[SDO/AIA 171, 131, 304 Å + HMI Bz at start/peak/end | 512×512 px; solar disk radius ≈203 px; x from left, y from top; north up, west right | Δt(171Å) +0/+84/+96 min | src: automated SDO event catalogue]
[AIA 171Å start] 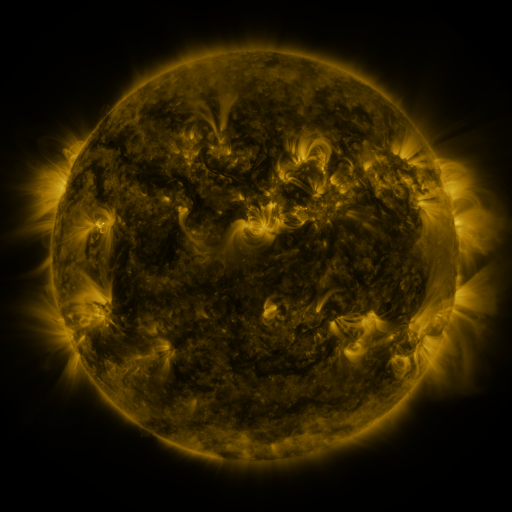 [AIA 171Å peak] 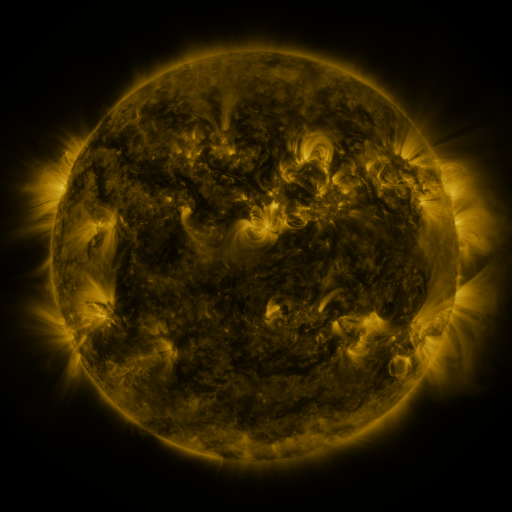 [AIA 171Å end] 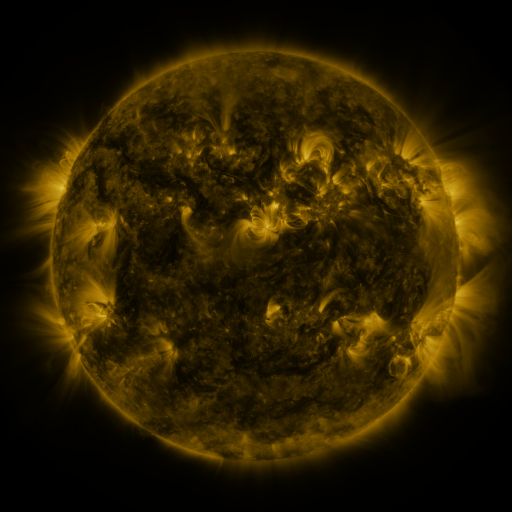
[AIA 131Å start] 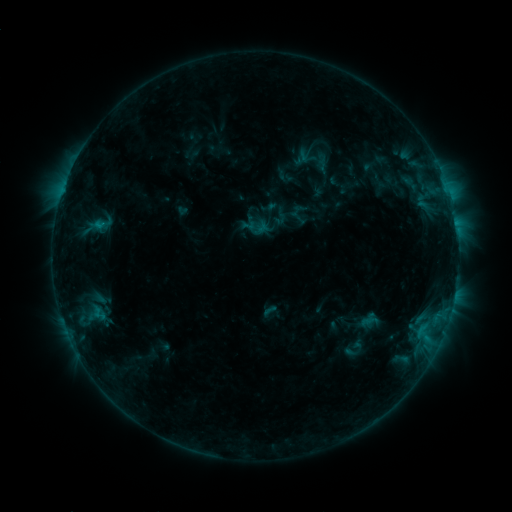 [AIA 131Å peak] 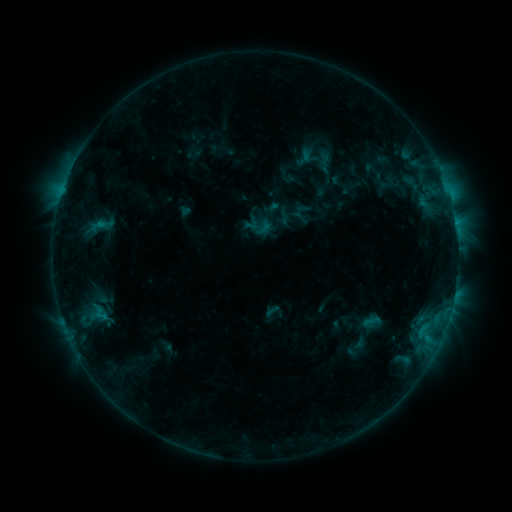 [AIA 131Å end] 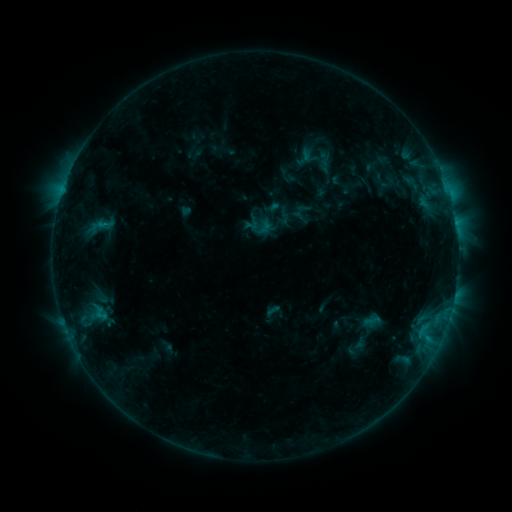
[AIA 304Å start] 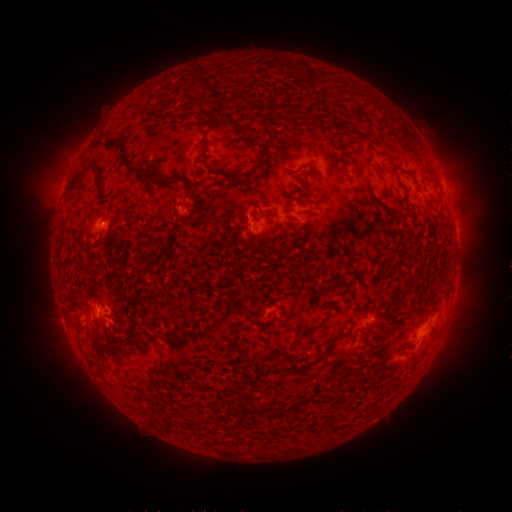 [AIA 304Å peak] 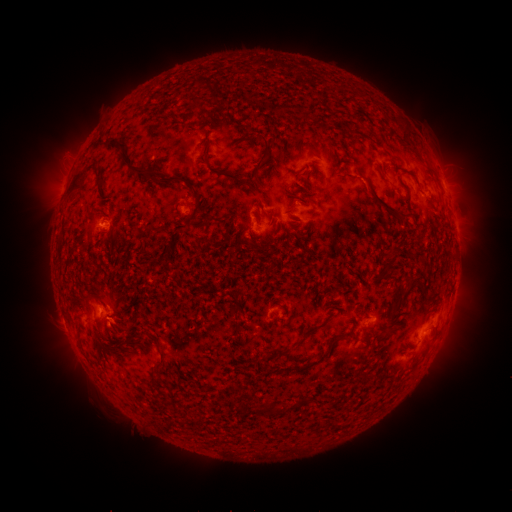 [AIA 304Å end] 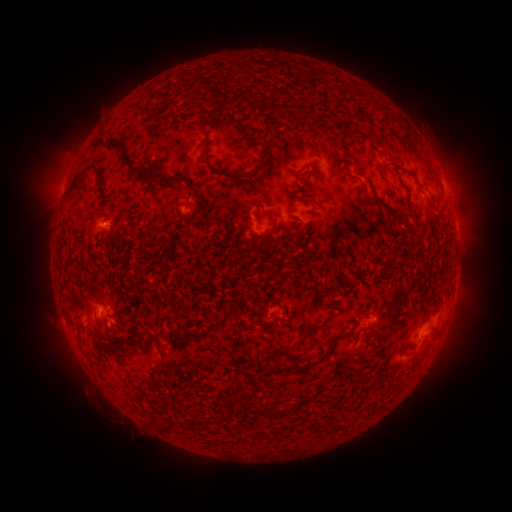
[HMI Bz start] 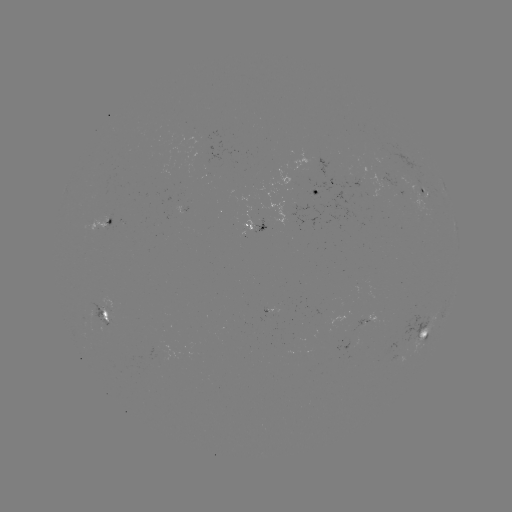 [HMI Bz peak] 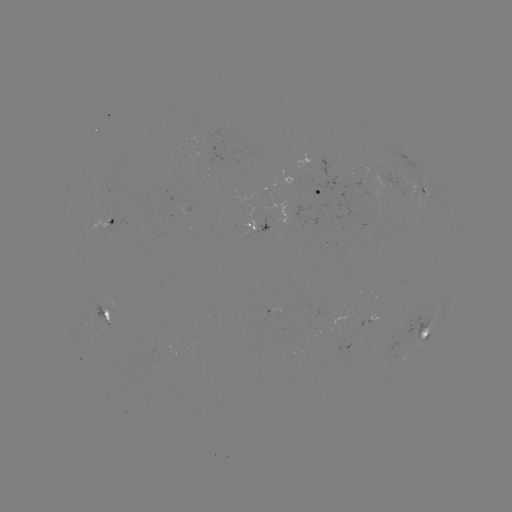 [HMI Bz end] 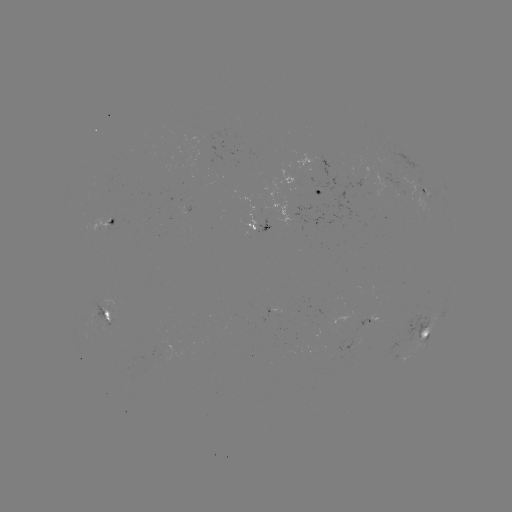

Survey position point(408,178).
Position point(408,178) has emerging-flux region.